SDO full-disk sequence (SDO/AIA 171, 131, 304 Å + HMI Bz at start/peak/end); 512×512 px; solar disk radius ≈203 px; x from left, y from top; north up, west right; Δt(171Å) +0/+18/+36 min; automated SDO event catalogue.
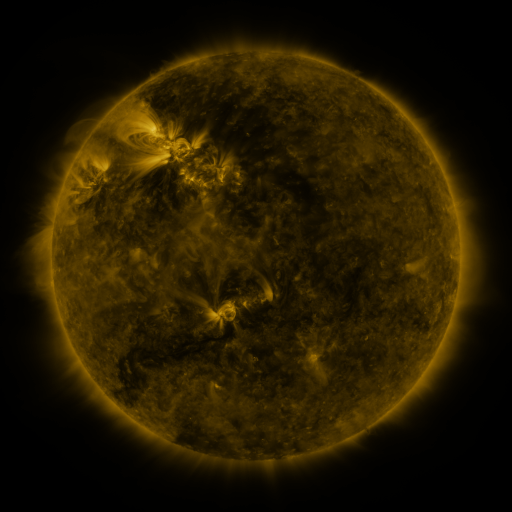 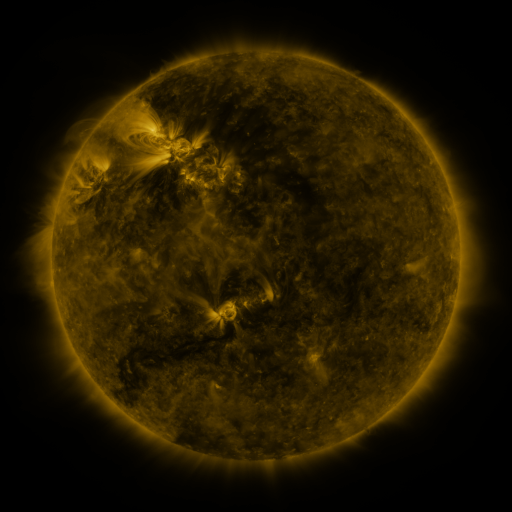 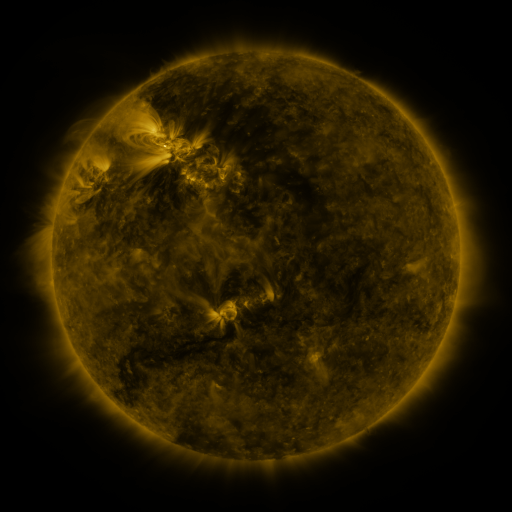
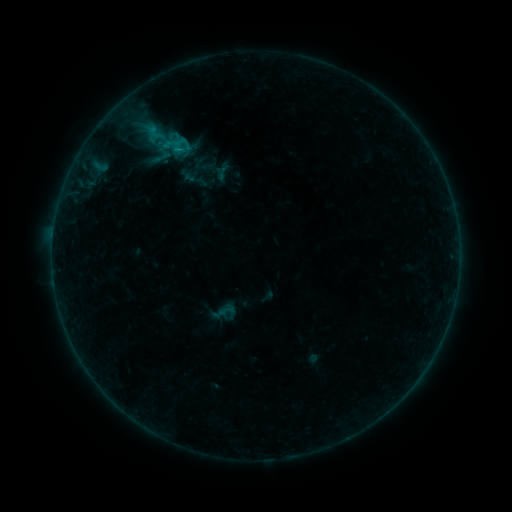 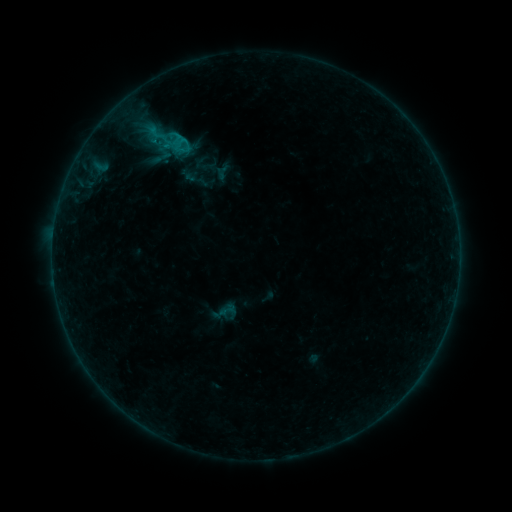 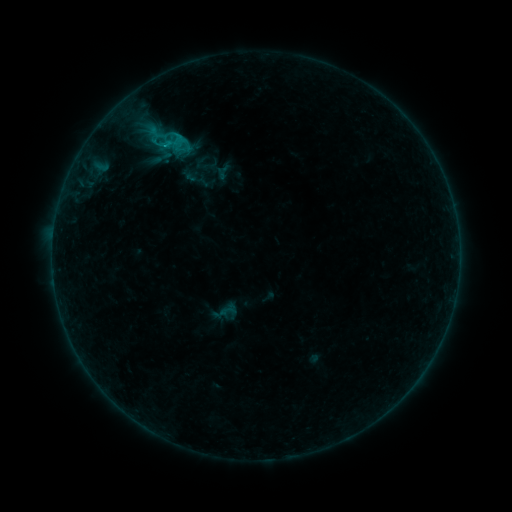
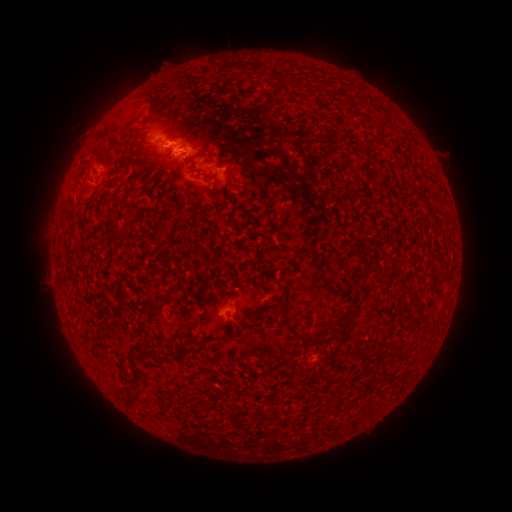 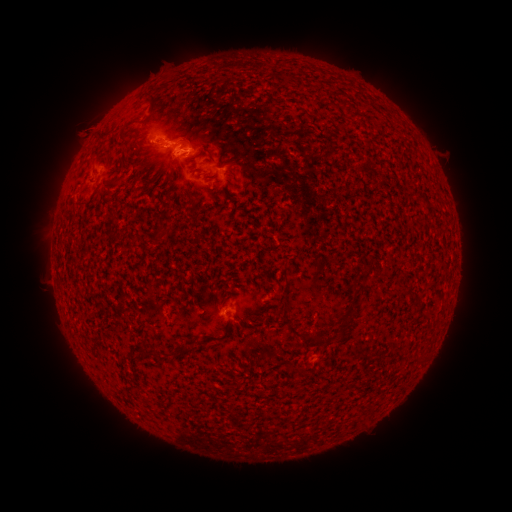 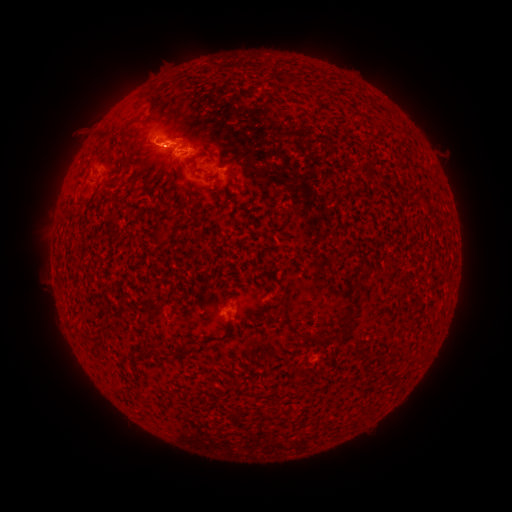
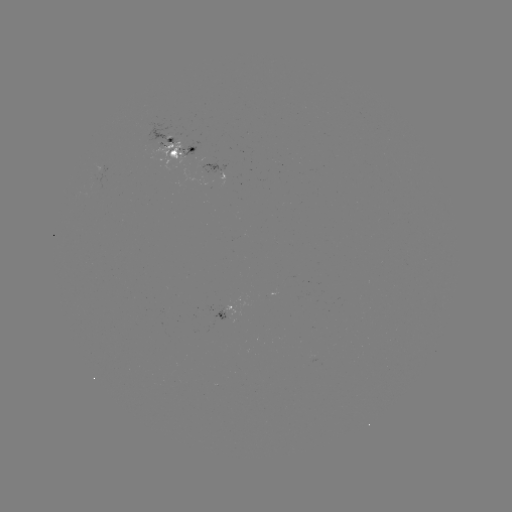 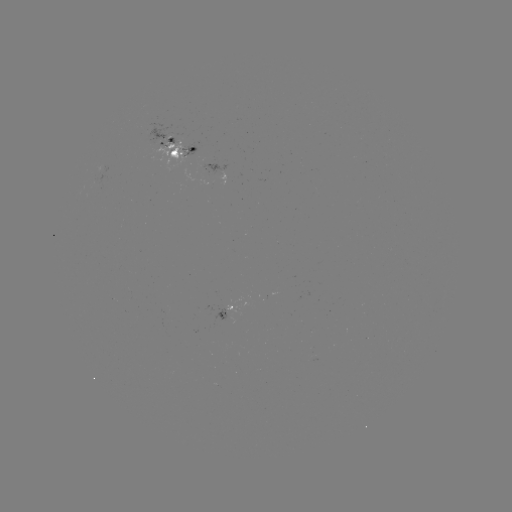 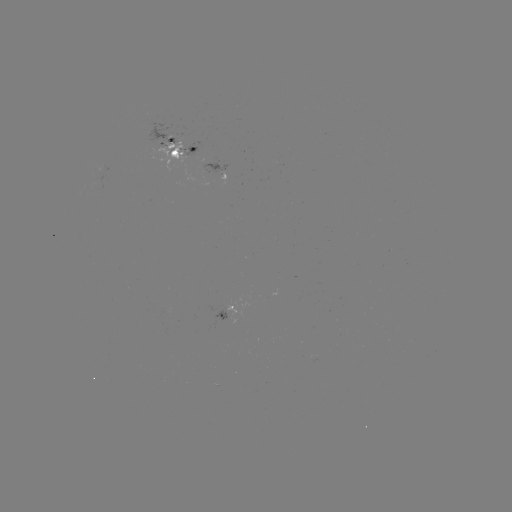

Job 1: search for emerging-flux region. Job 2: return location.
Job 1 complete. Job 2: [227, 309].